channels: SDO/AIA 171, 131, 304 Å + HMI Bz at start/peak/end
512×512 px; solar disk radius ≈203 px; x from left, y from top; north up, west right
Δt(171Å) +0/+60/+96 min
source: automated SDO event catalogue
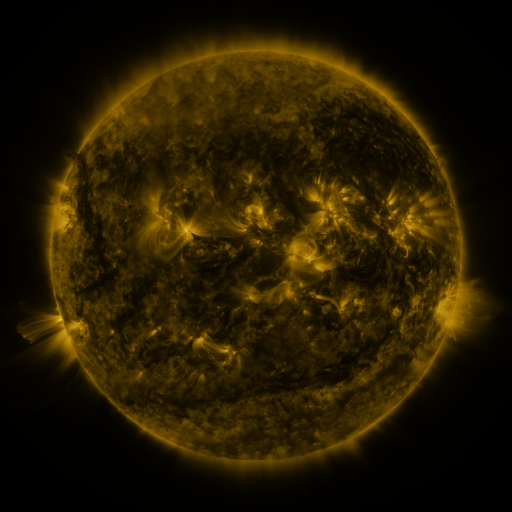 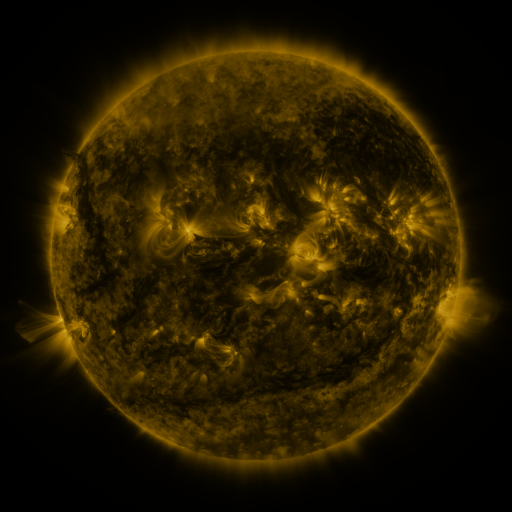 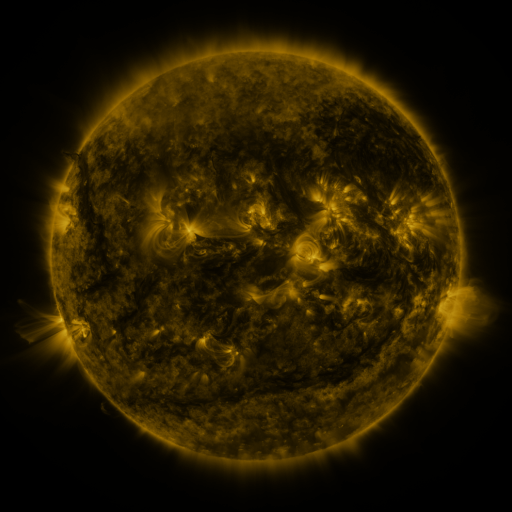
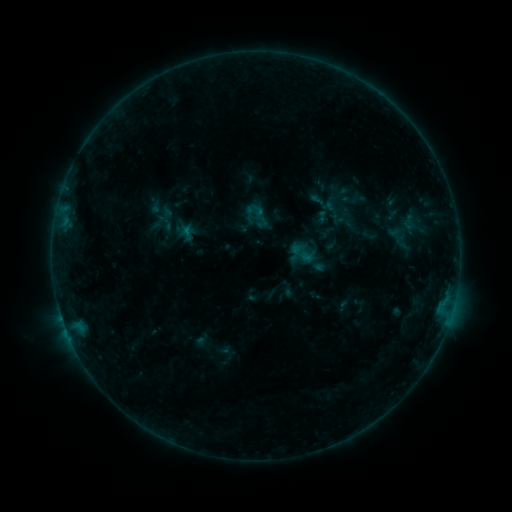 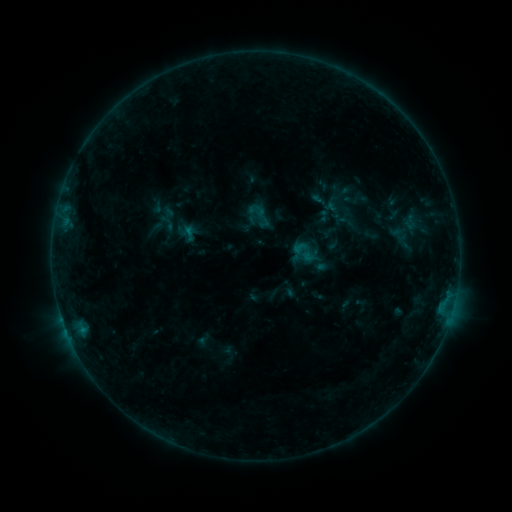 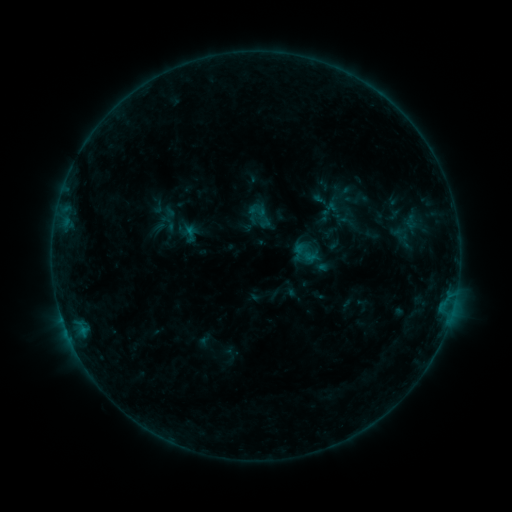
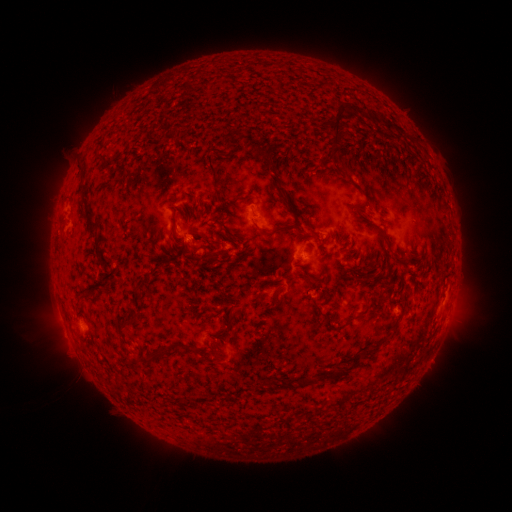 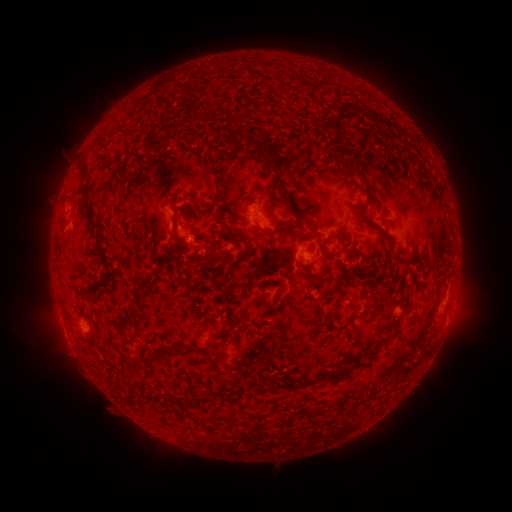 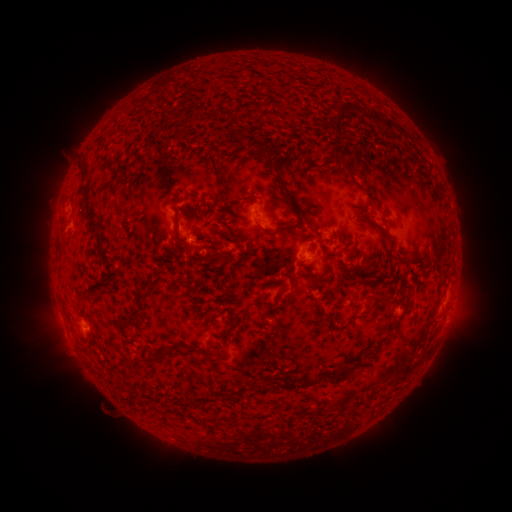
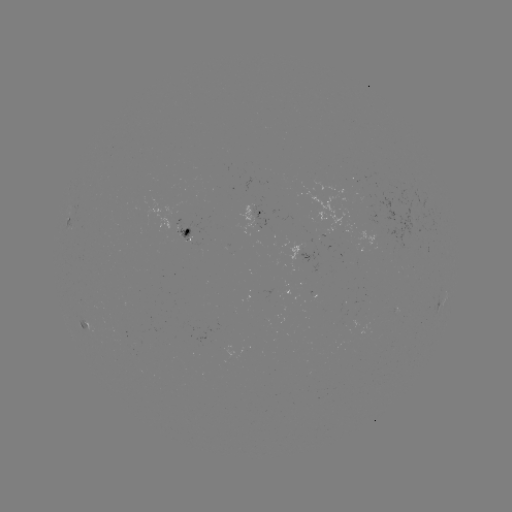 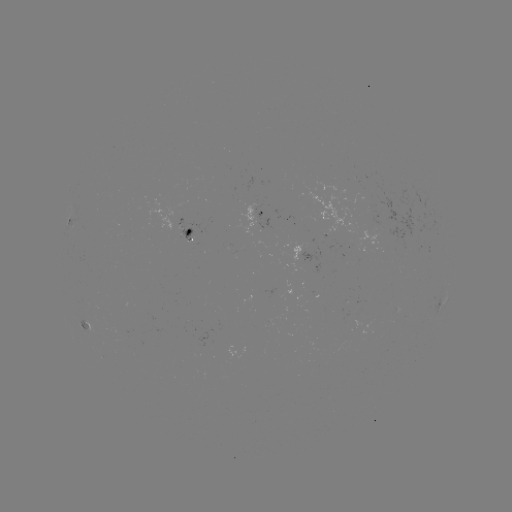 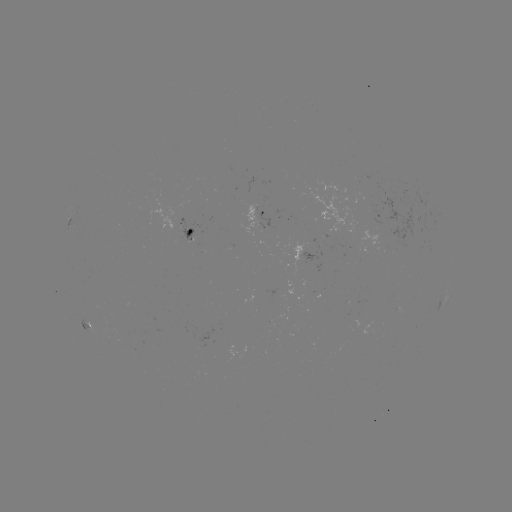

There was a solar emerging-flux region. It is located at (190, 234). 